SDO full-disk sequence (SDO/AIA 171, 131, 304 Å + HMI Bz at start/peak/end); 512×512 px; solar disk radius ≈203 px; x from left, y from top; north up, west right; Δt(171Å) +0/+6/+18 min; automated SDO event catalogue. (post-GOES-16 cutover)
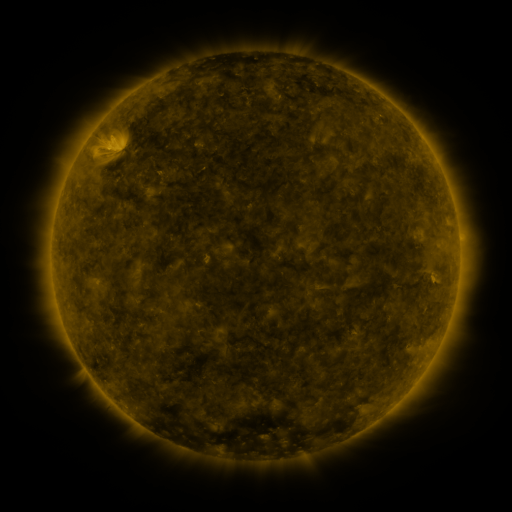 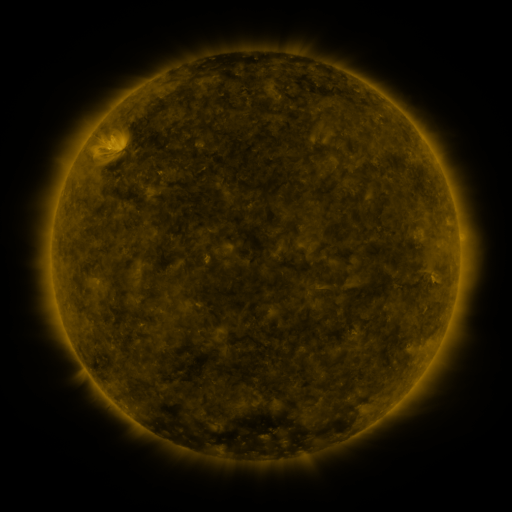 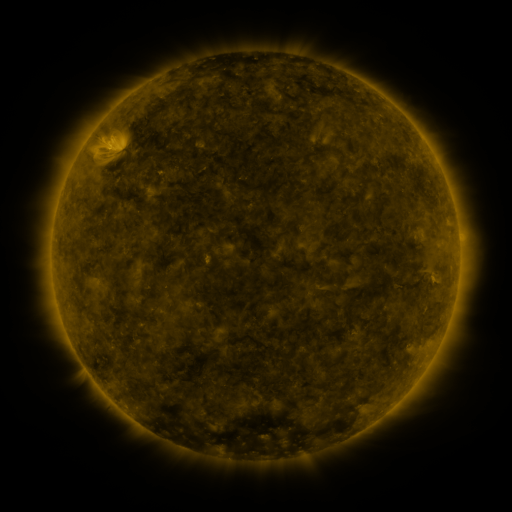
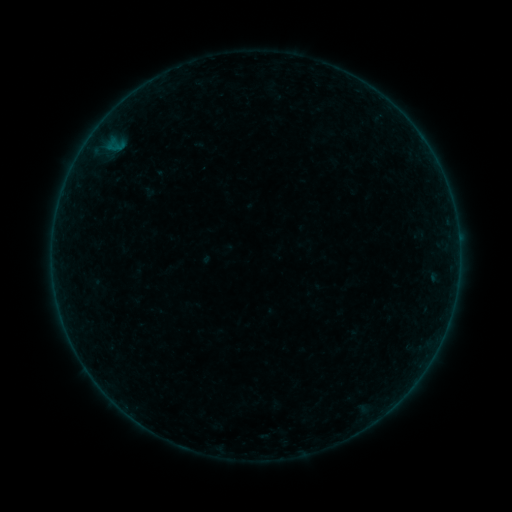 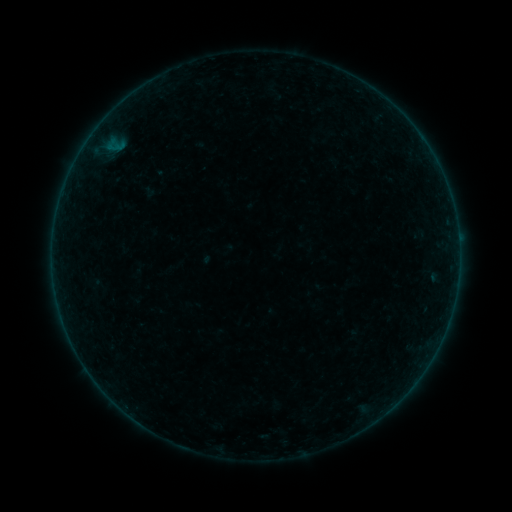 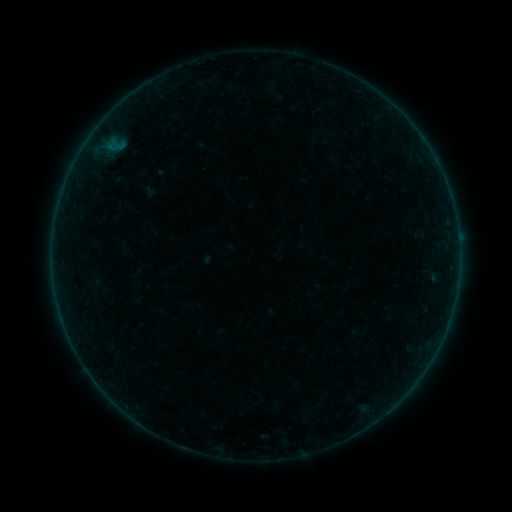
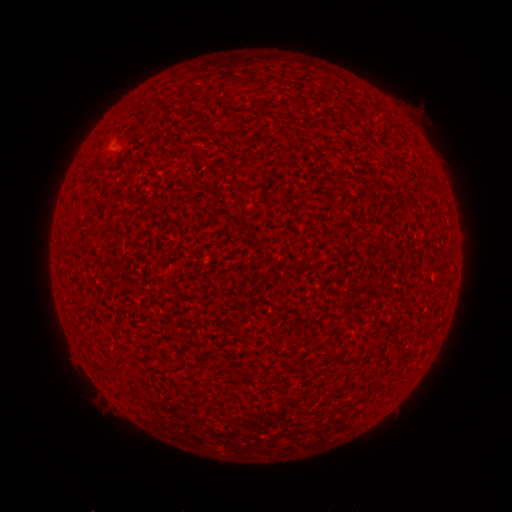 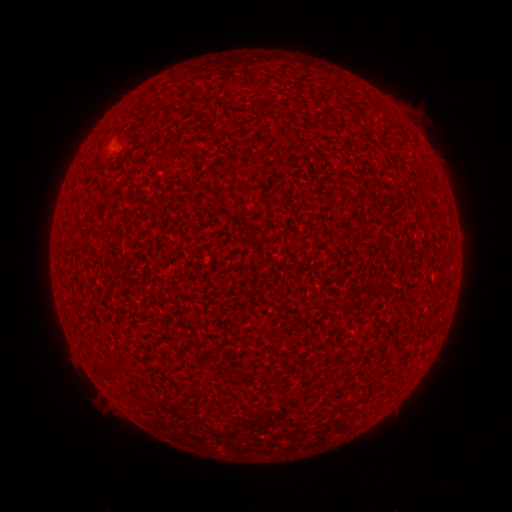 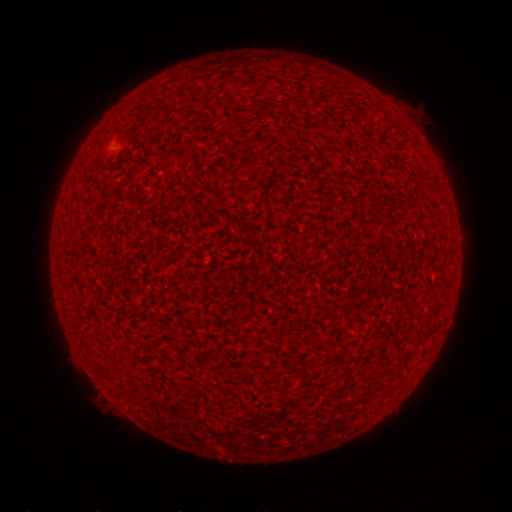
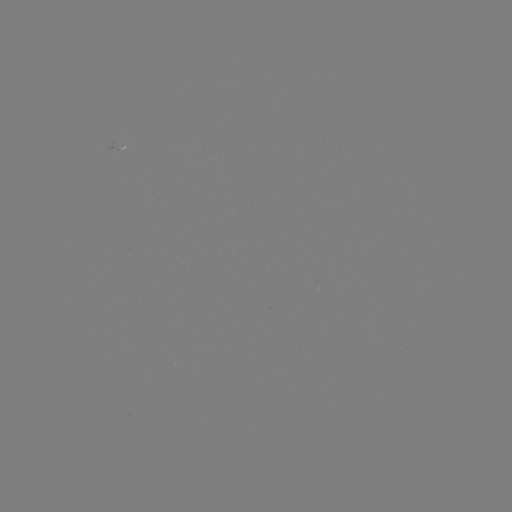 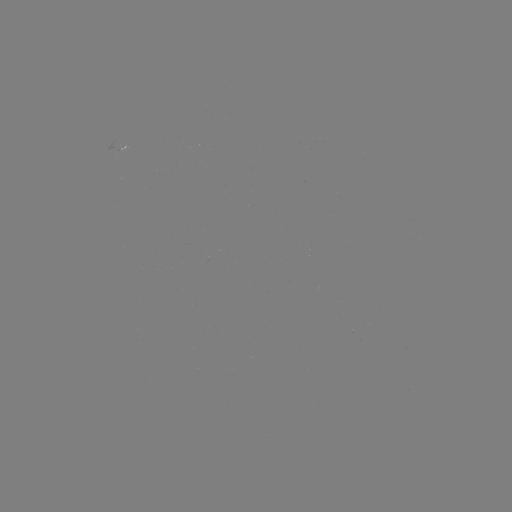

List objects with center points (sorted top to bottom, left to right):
A2.3 flare: (108, 146)
